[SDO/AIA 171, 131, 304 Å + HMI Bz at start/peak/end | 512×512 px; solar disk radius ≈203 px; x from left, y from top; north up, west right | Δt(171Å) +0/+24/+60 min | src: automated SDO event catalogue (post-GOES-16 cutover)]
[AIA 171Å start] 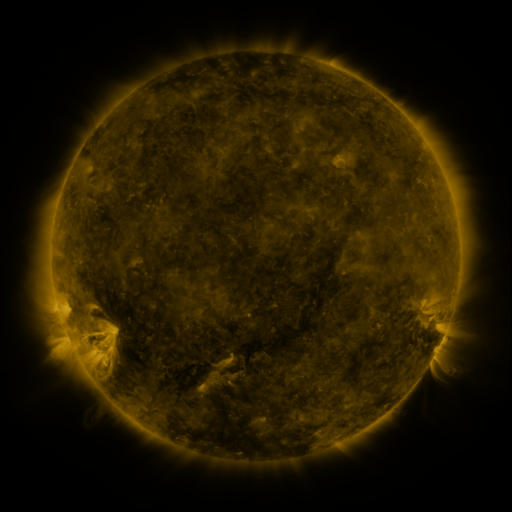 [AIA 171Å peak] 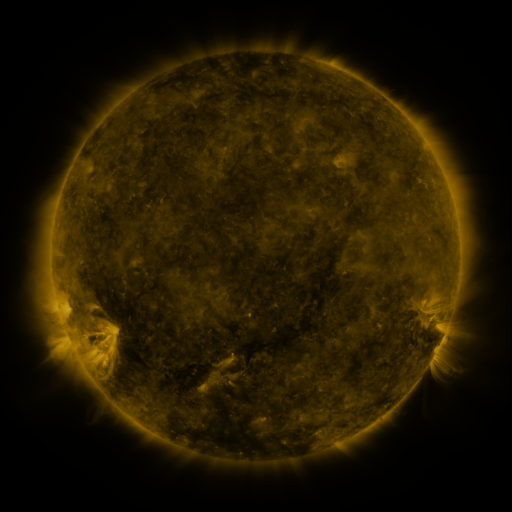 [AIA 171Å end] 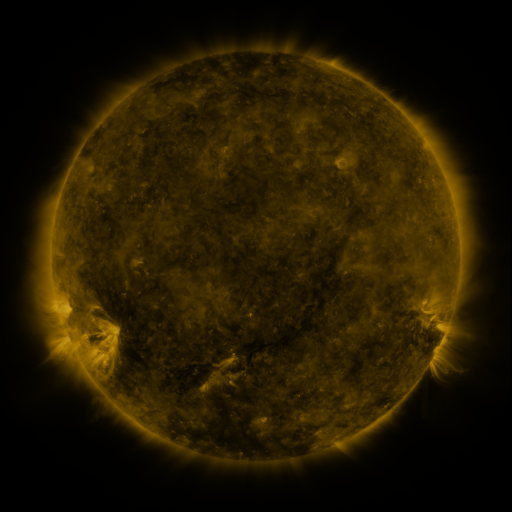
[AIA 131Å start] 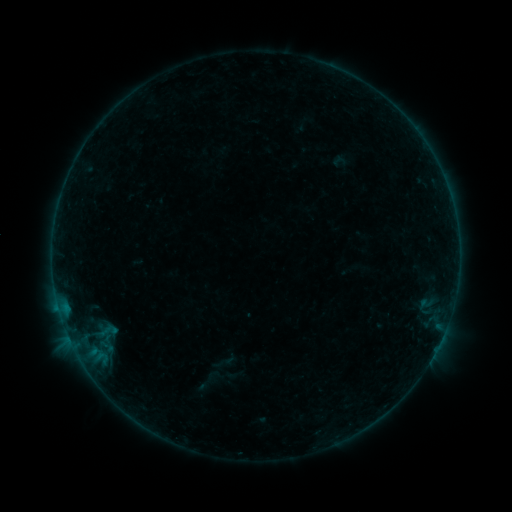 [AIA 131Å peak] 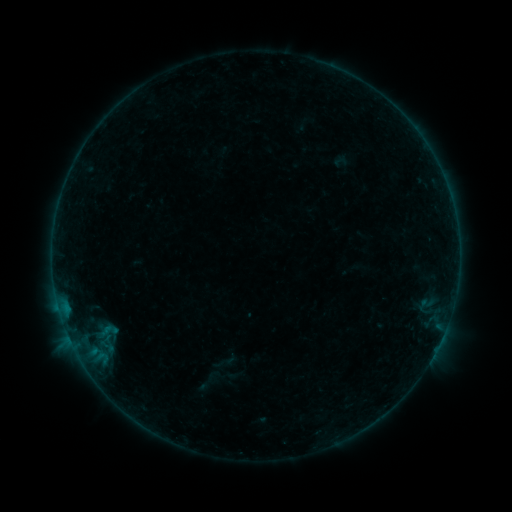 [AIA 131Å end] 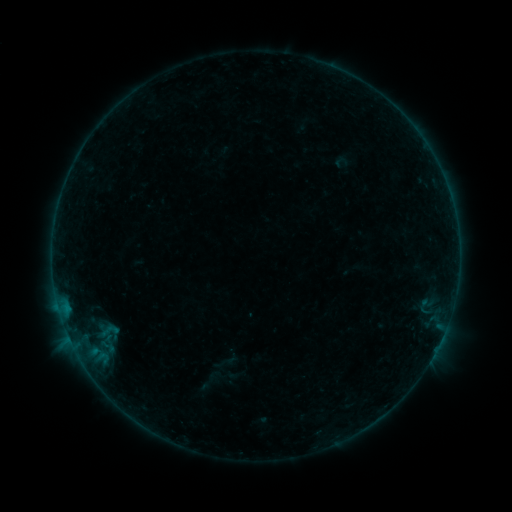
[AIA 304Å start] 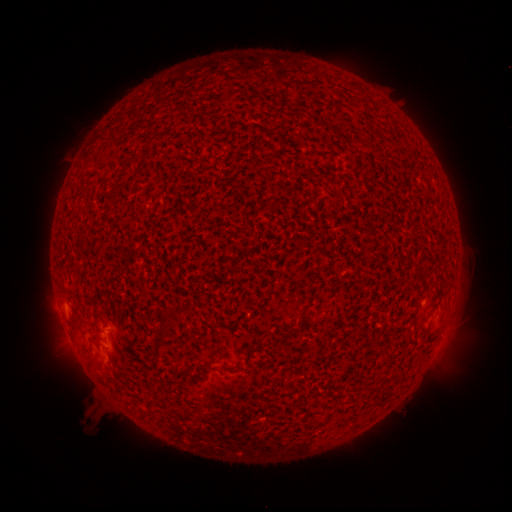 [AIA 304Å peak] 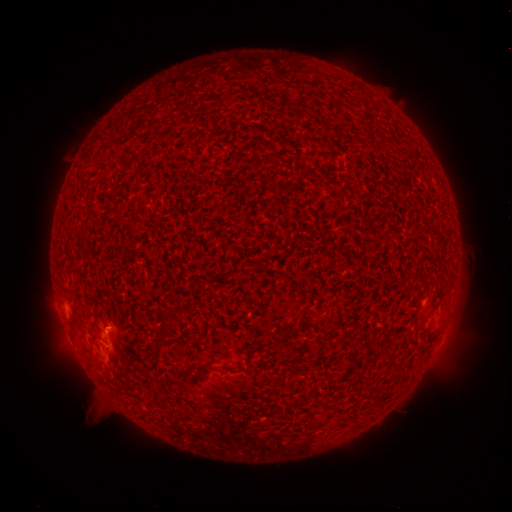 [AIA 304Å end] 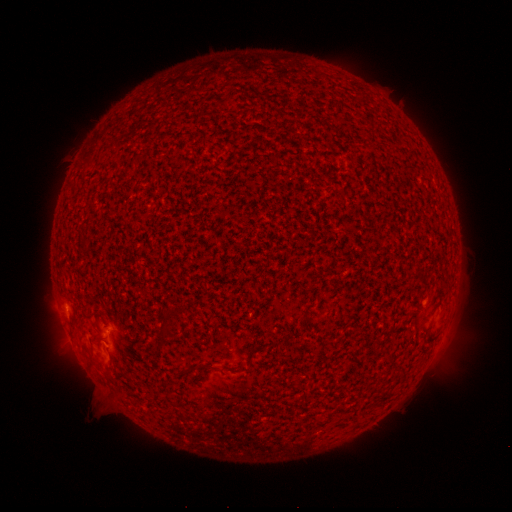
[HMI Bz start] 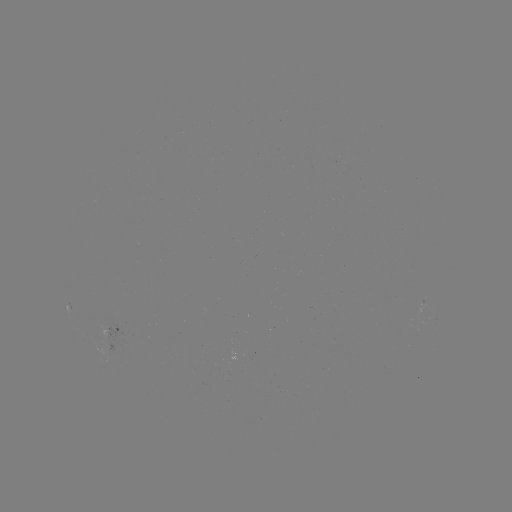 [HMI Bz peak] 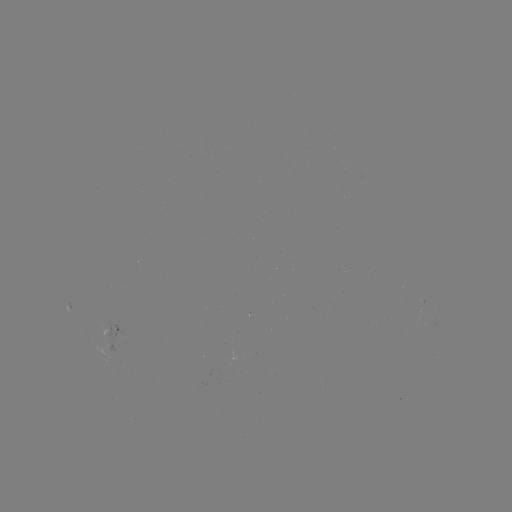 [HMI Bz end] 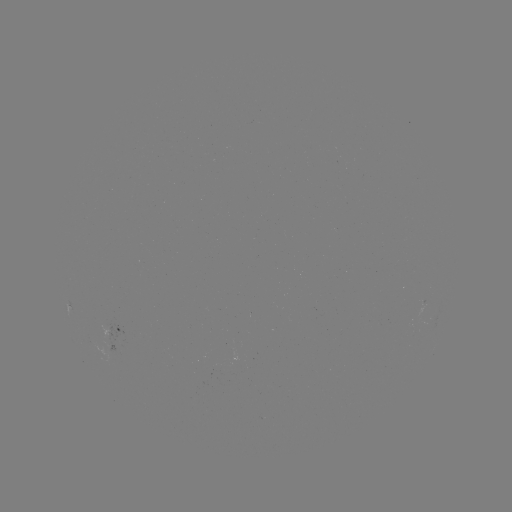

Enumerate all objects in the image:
B1.4 flare: (106, 327)
